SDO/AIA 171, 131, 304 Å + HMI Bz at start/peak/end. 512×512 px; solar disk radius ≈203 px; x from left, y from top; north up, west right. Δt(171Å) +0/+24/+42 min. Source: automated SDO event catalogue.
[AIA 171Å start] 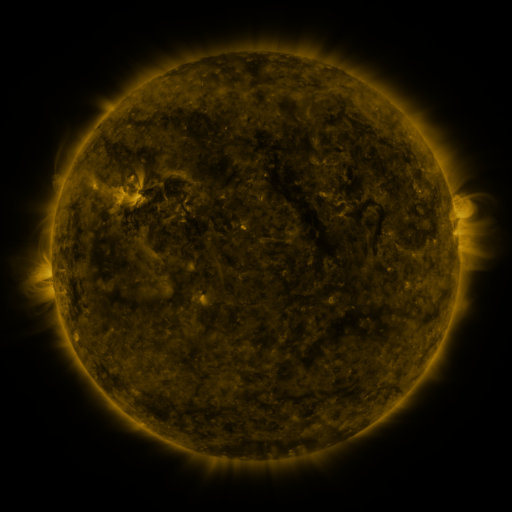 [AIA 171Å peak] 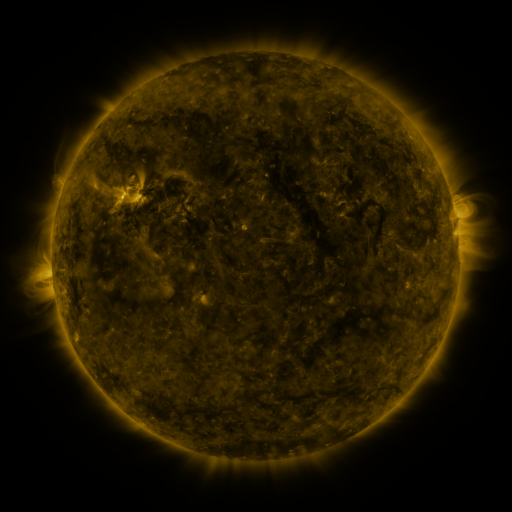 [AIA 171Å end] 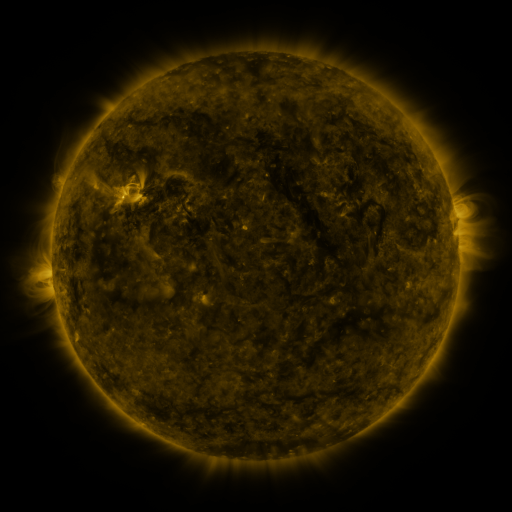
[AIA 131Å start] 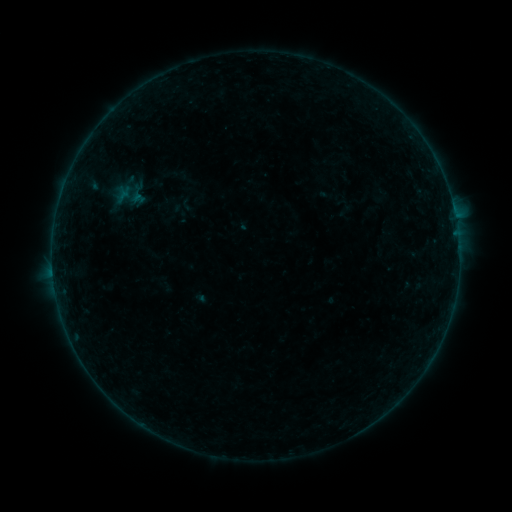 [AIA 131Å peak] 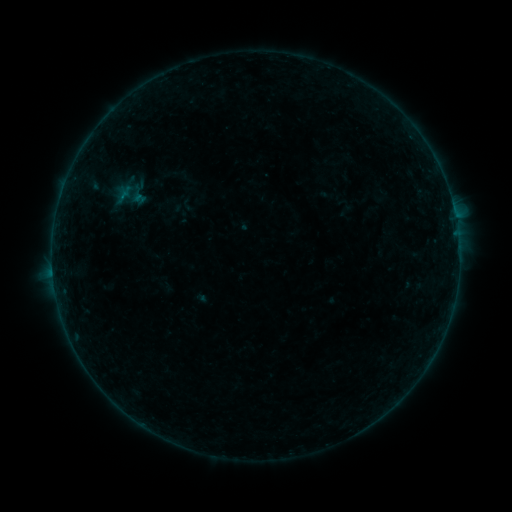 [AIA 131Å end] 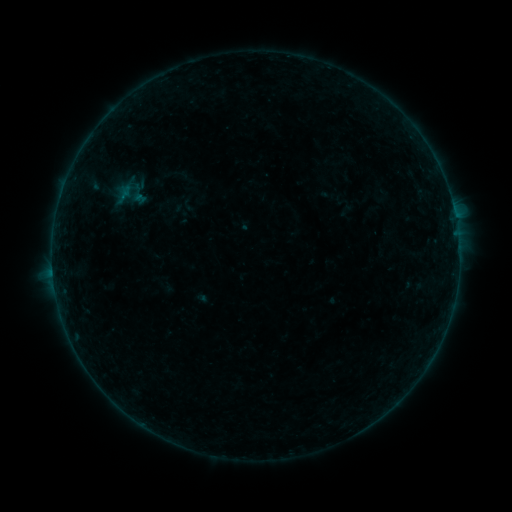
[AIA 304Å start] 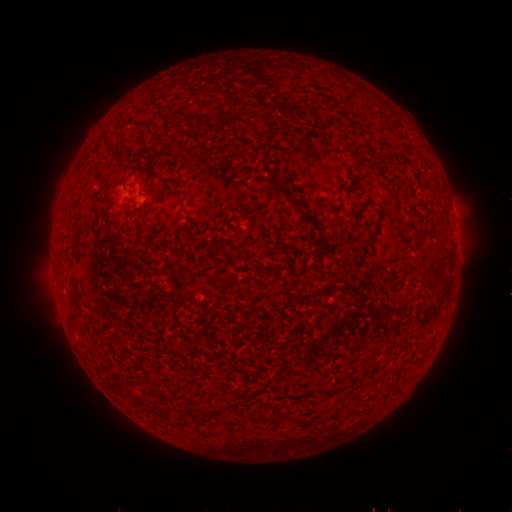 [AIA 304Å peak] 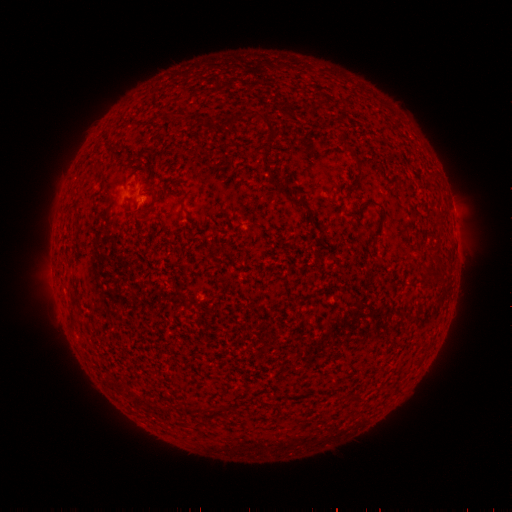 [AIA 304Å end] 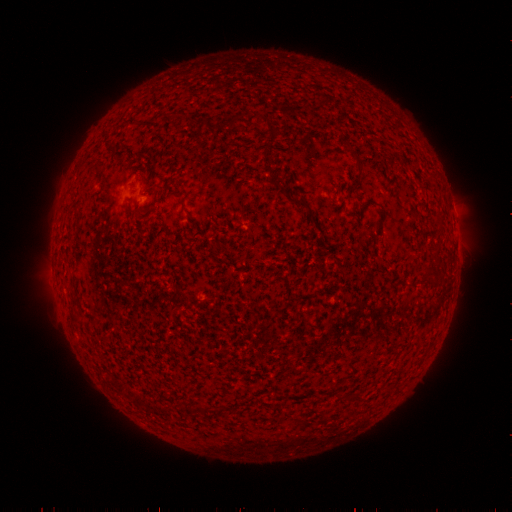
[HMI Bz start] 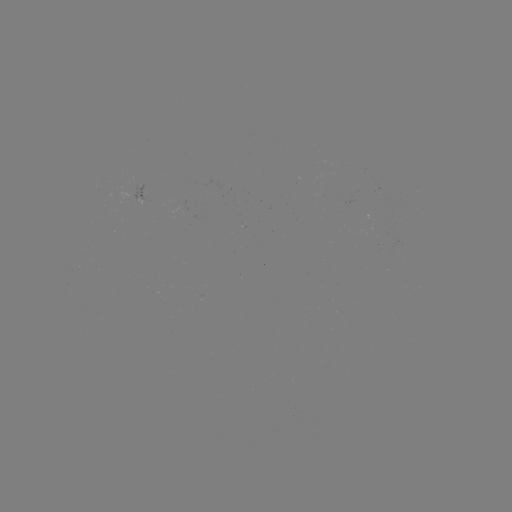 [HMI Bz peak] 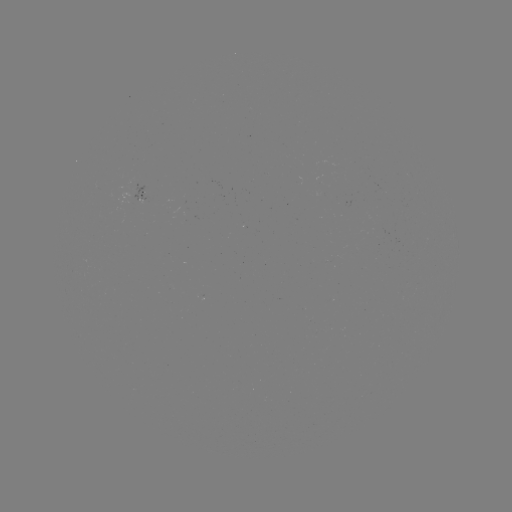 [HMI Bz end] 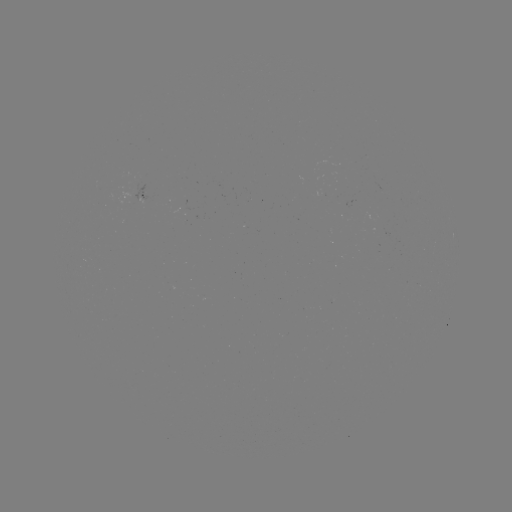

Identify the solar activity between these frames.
no catalogued flare and no flagged EUV brightening in this window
